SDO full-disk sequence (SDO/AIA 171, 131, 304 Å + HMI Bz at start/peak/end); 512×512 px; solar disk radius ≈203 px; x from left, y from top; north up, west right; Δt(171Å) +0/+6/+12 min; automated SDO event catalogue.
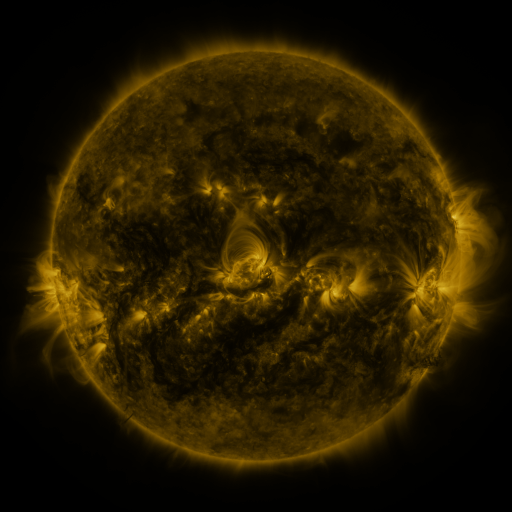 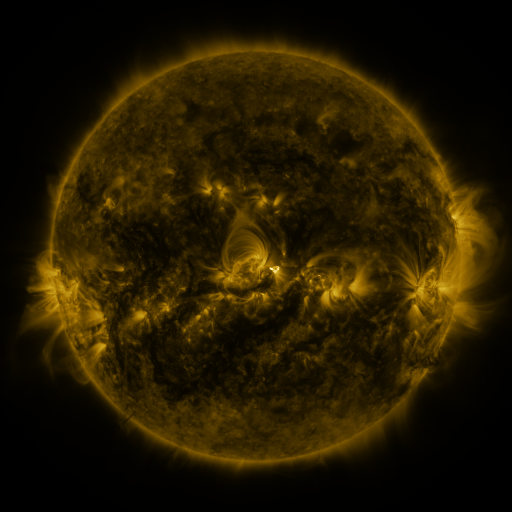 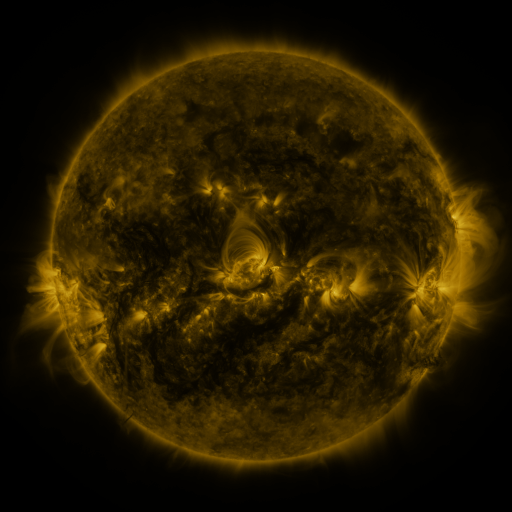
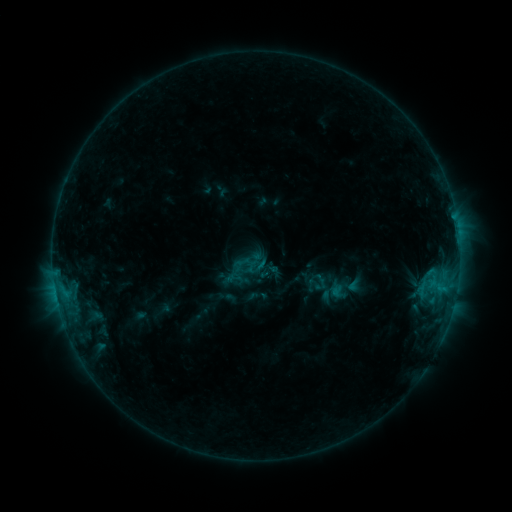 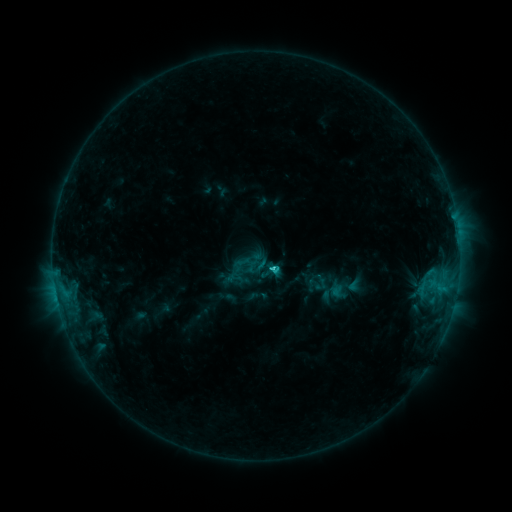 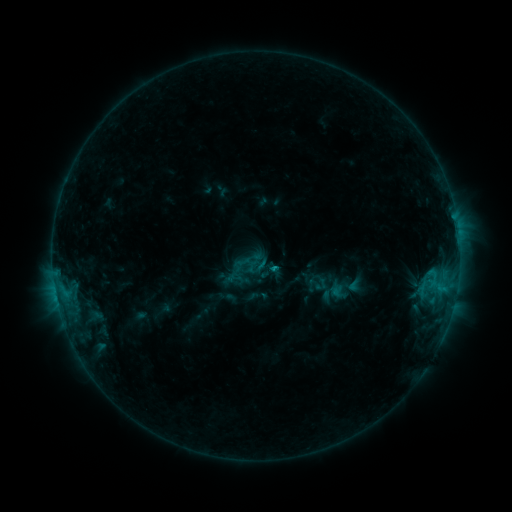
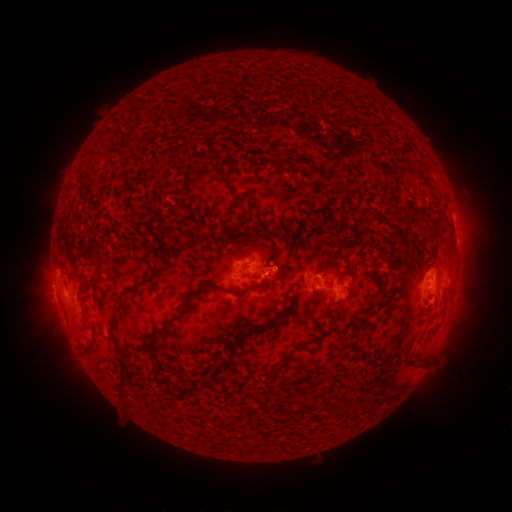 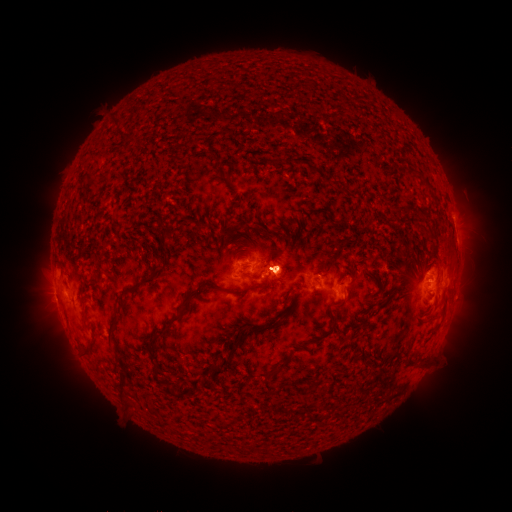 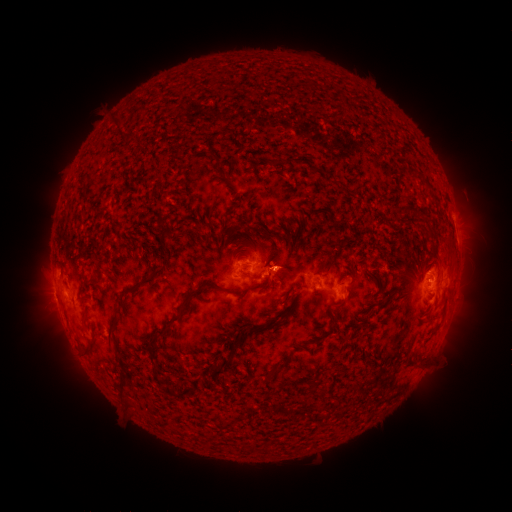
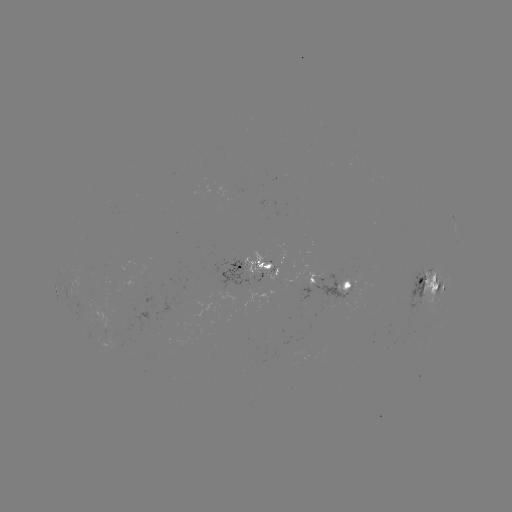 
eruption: [243, 217, 315, 335]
